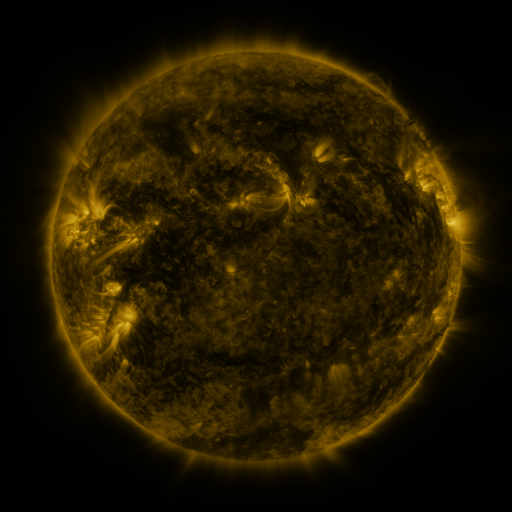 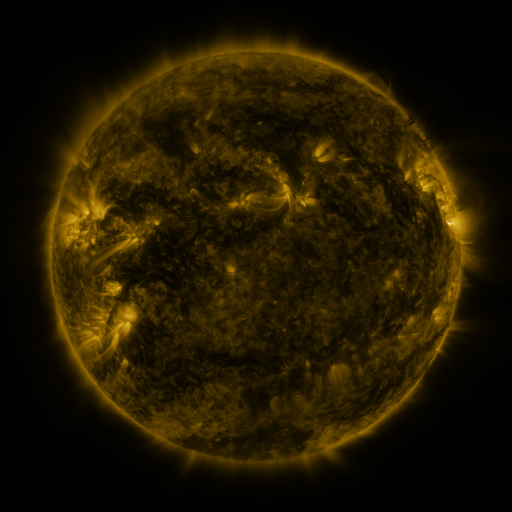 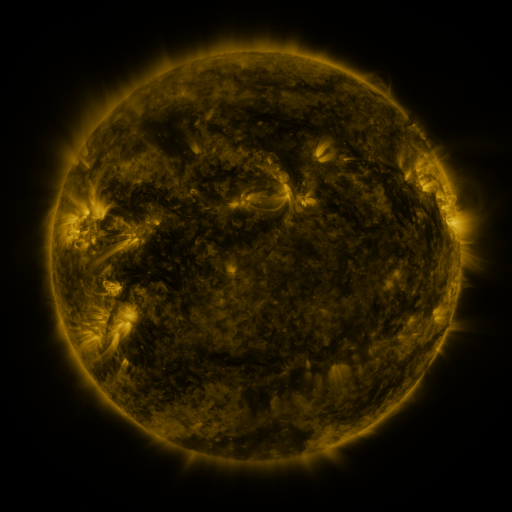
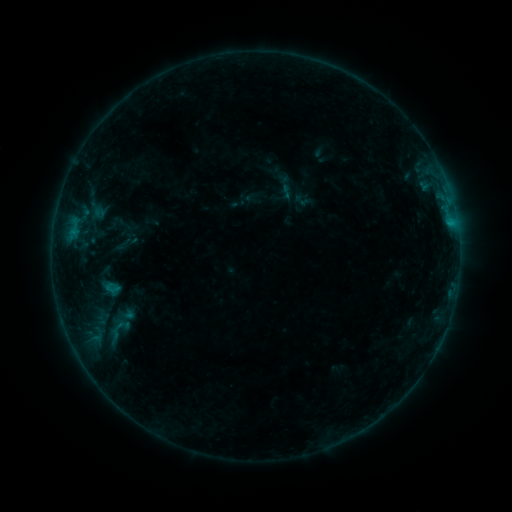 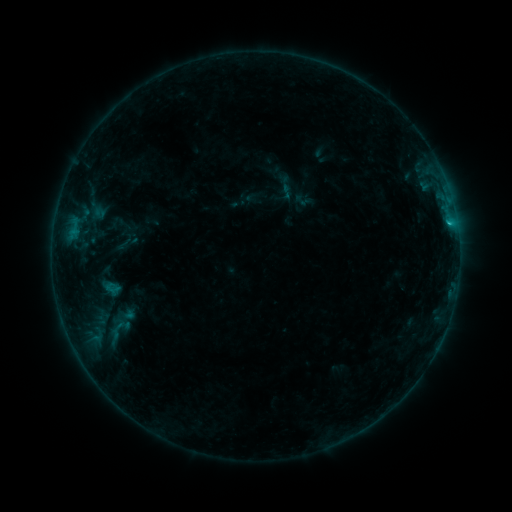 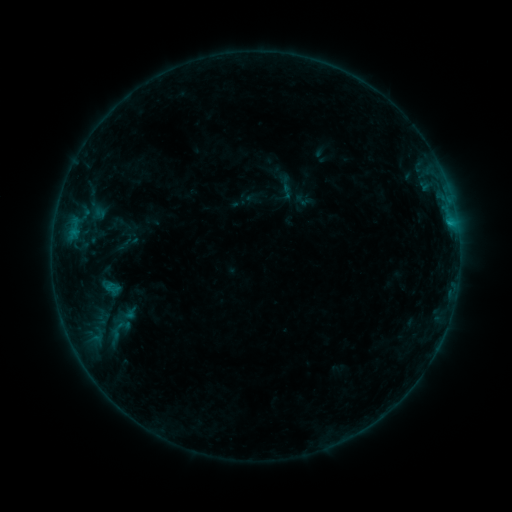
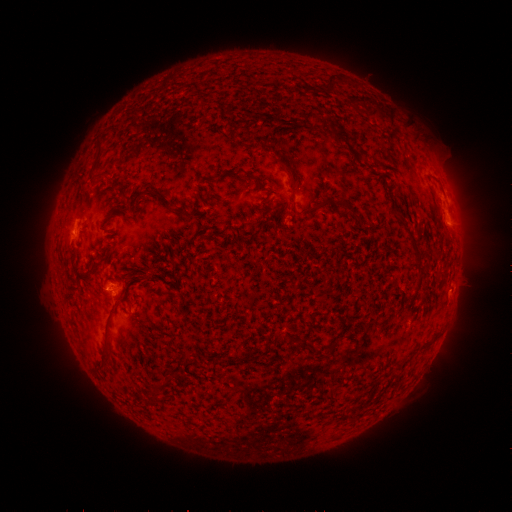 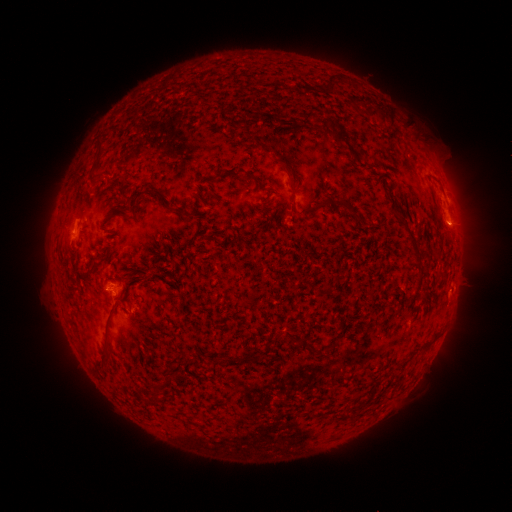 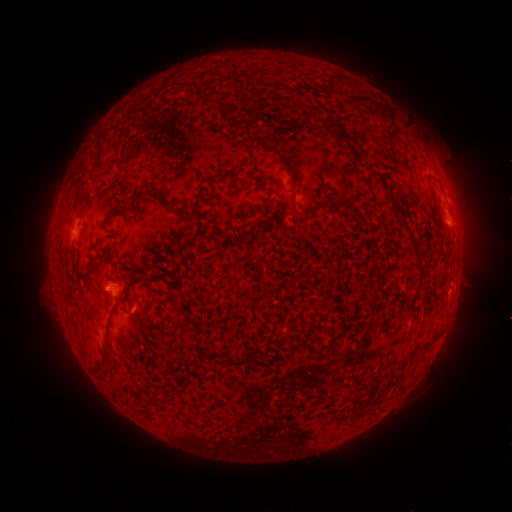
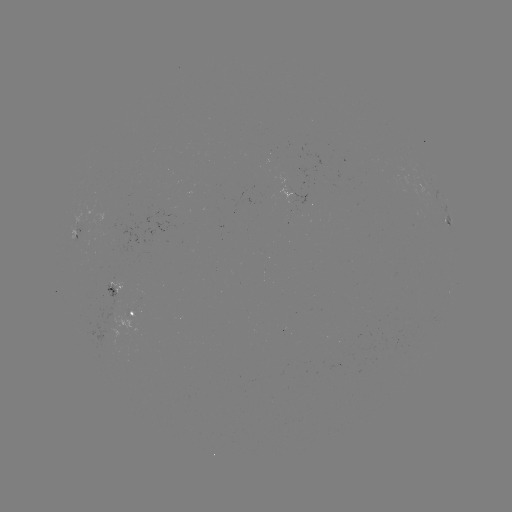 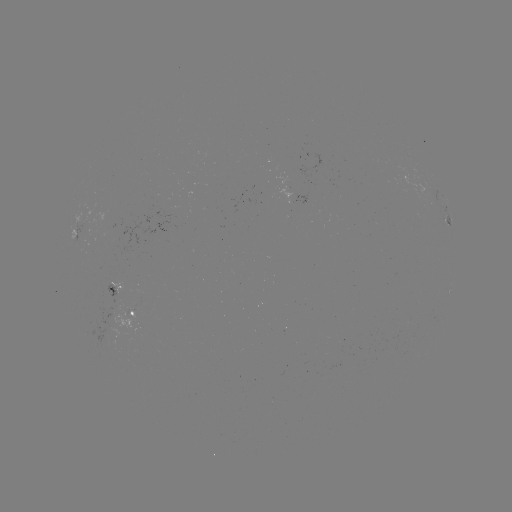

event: flare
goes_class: B5.2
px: (449, 226)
